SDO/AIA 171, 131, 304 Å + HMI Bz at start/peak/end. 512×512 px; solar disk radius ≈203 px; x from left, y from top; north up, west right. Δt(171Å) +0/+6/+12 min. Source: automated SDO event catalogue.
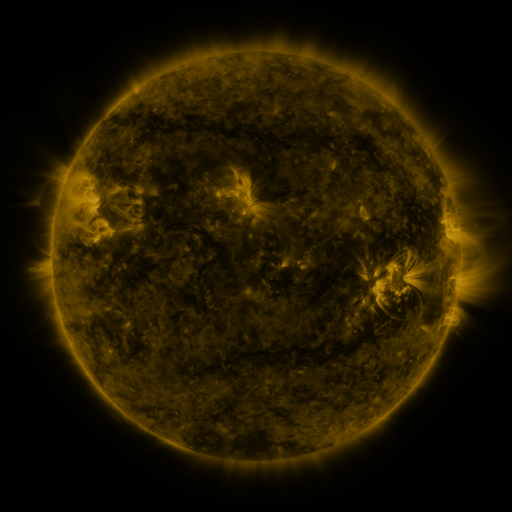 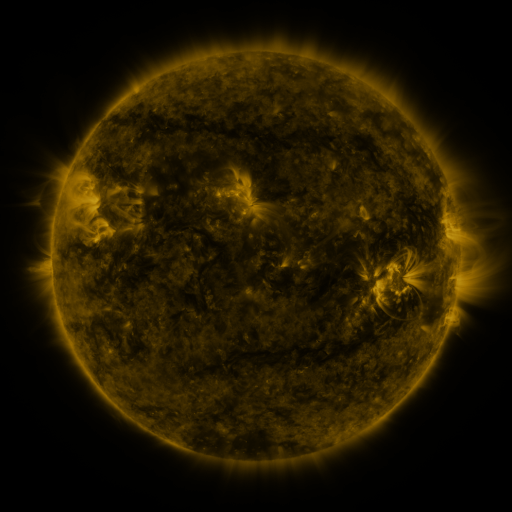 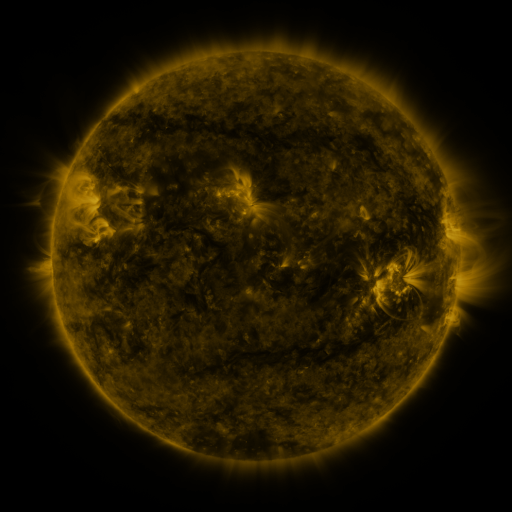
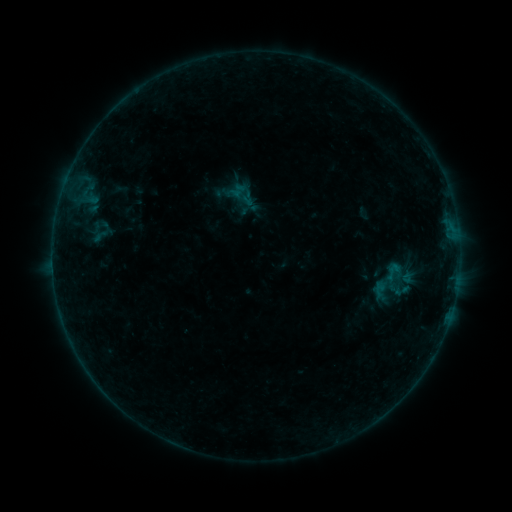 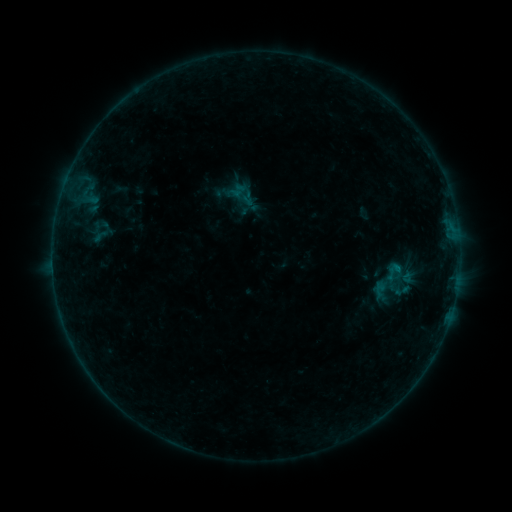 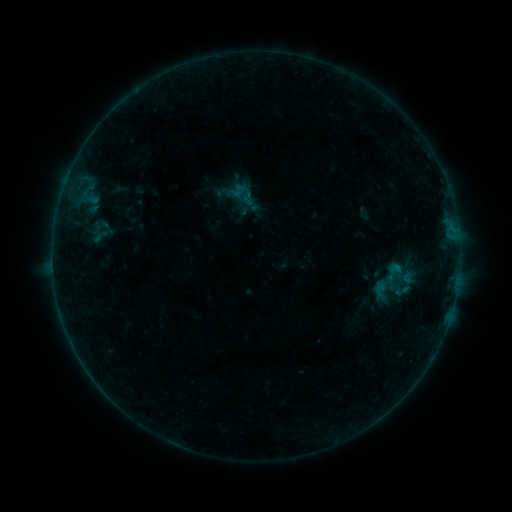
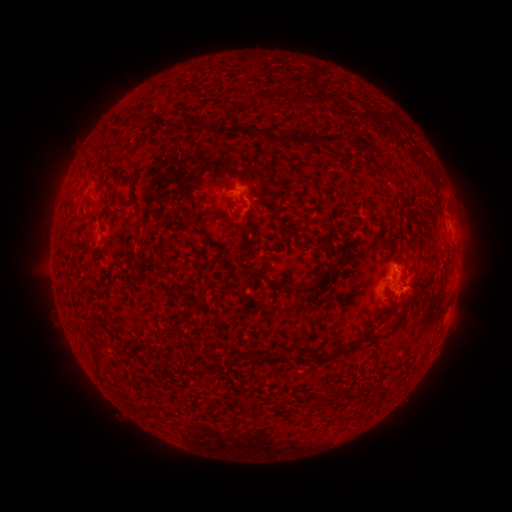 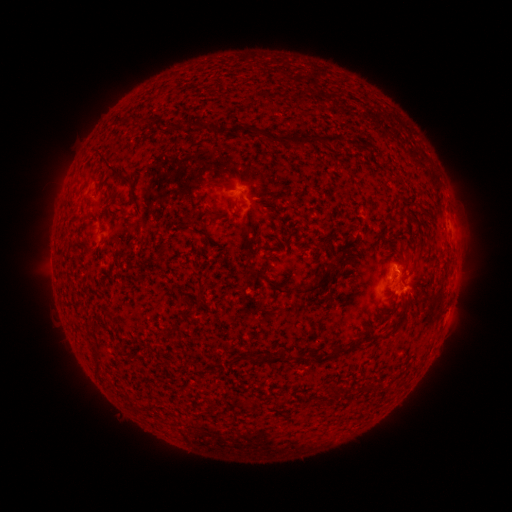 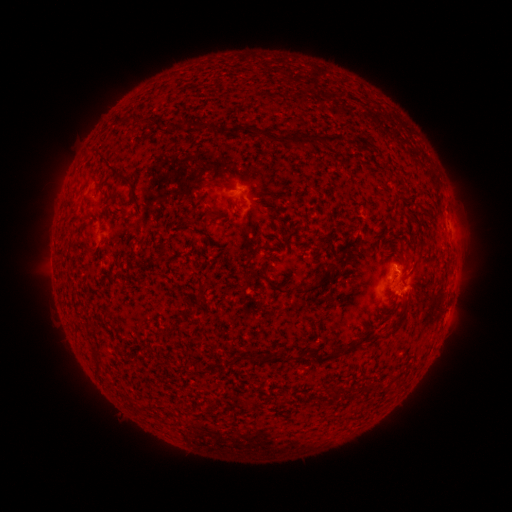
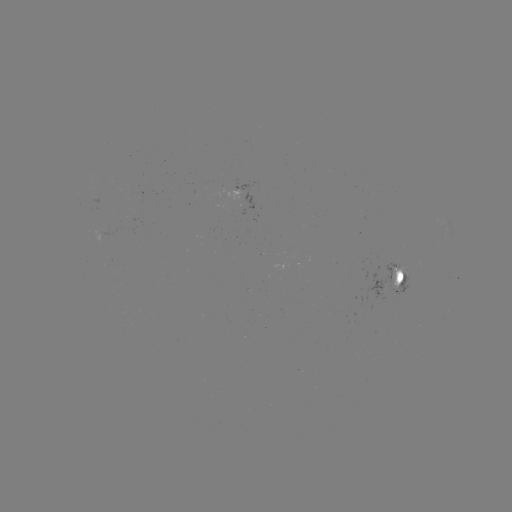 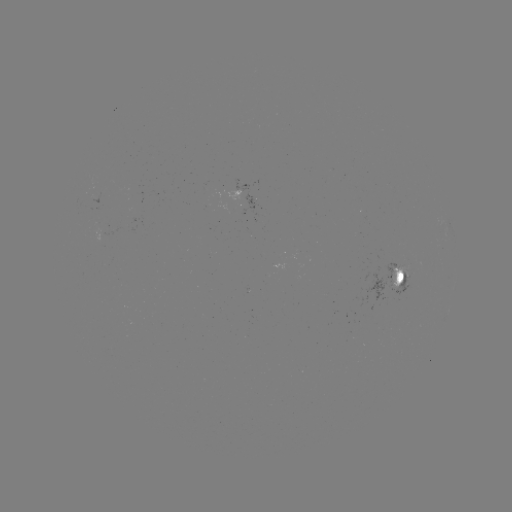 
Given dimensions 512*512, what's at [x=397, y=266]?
B2.5 flare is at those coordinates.